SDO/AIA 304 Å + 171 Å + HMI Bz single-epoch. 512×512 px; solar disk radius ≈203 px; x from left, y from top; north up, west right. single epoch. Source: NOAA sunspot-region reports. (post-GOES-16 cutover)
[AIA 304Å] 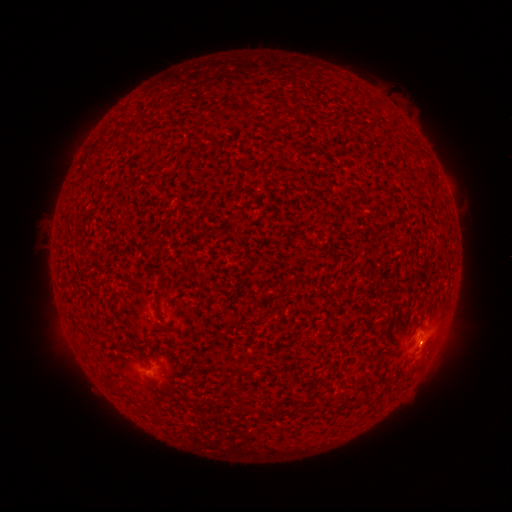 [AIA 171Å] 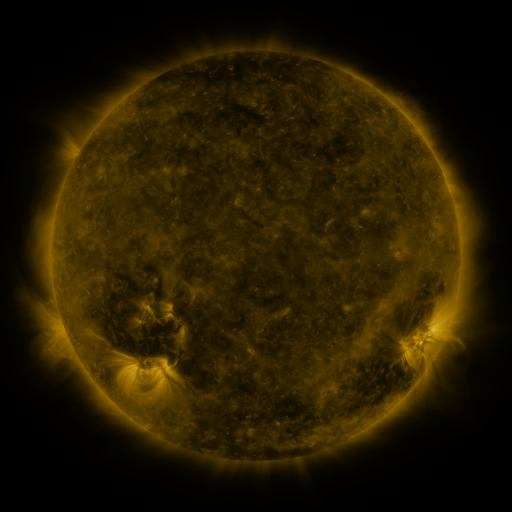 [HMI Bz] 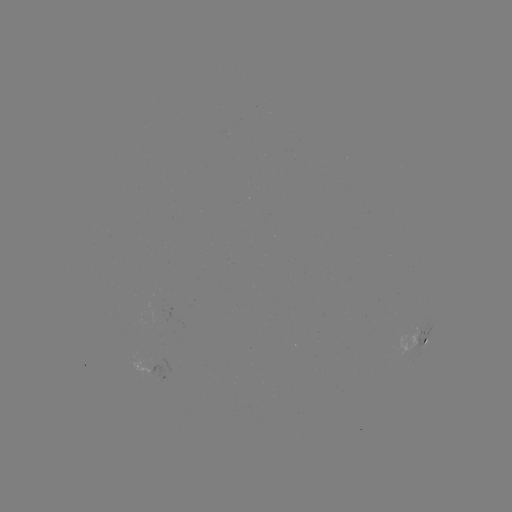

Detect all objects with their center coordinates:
spotted active region: (427, 339)
spotted active region: (150, 367)
